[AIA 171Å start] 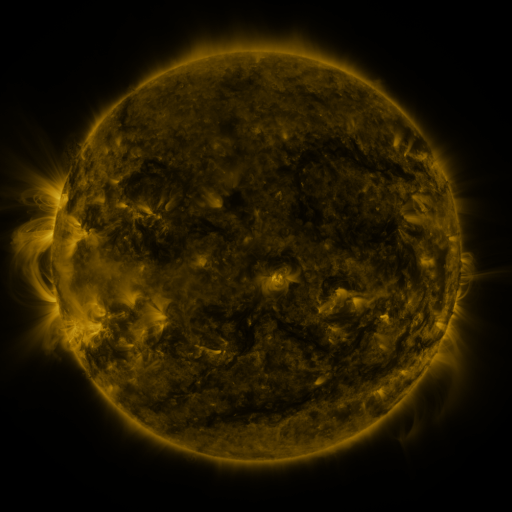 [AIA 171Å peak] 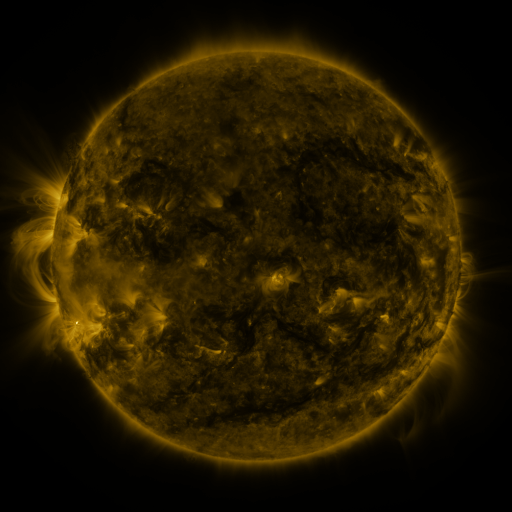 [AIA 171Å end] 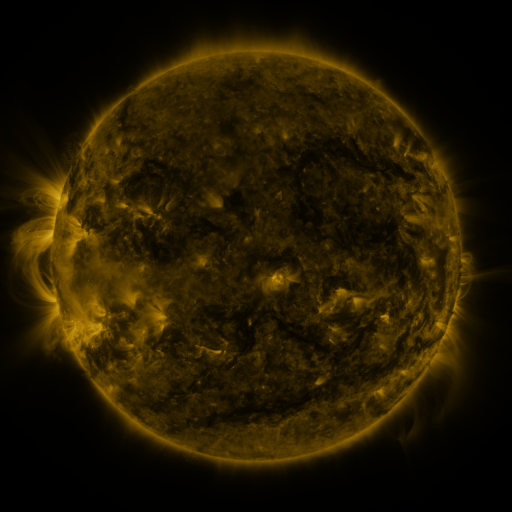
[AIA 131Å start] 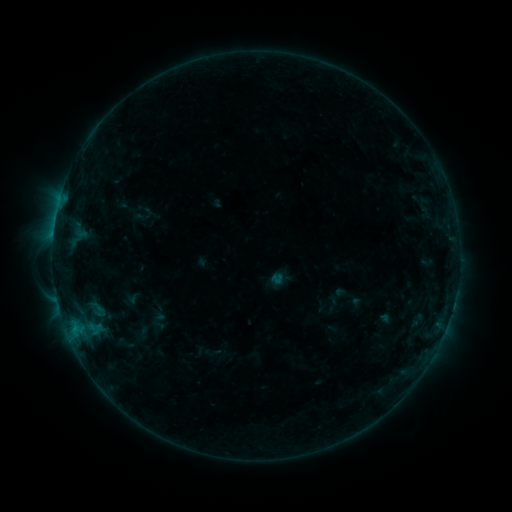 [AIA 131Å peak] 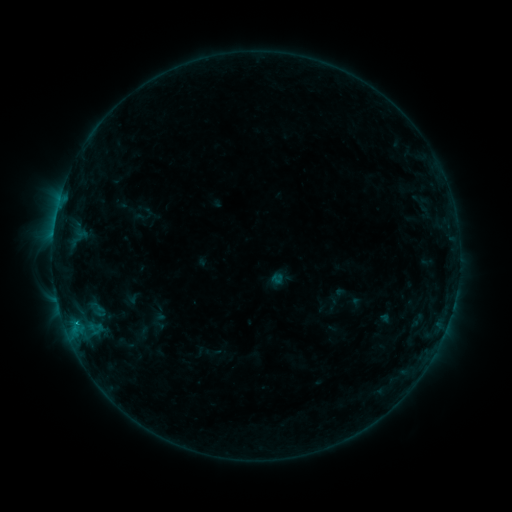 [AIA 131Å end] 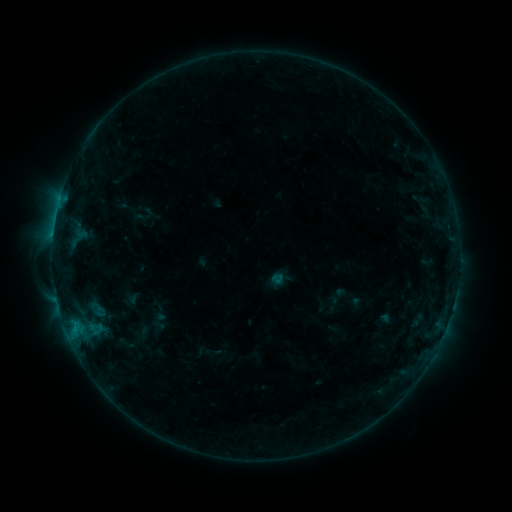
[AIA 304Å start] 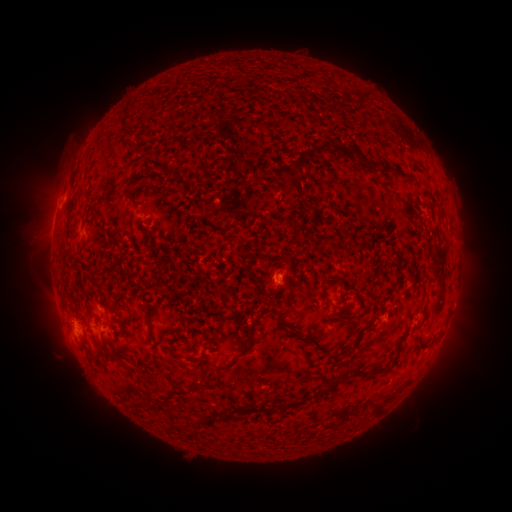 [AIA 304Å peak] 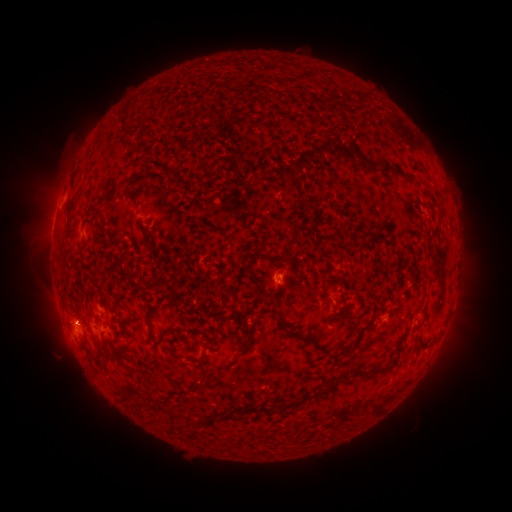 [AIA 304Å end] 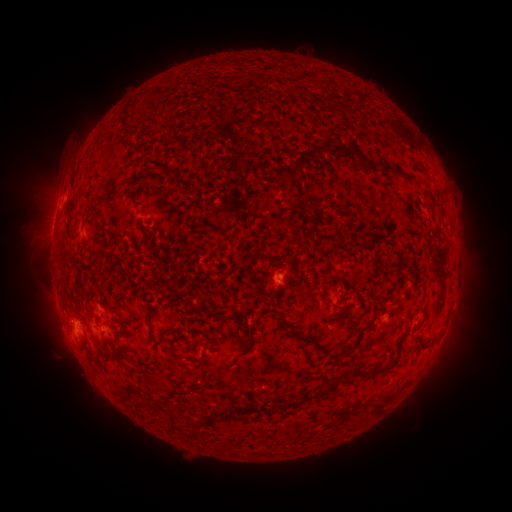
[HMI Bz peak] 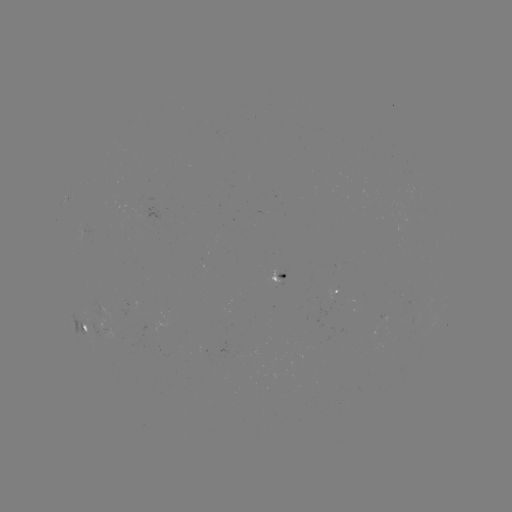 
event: flare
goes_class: B3.7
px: (53, 235)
